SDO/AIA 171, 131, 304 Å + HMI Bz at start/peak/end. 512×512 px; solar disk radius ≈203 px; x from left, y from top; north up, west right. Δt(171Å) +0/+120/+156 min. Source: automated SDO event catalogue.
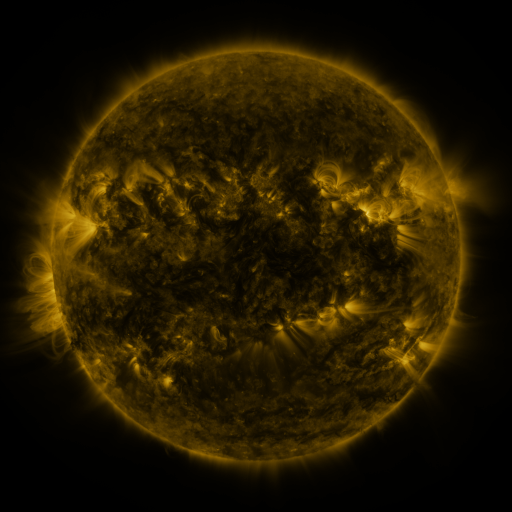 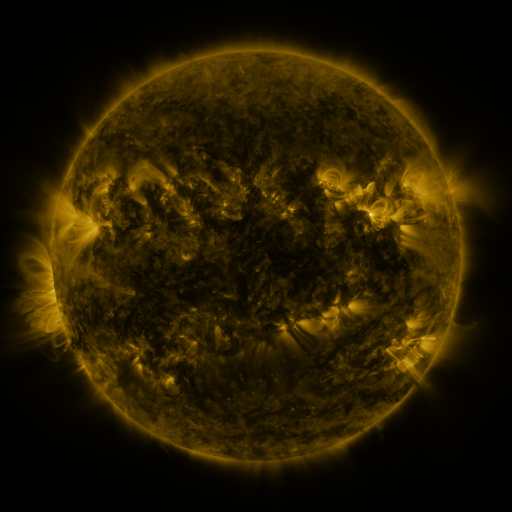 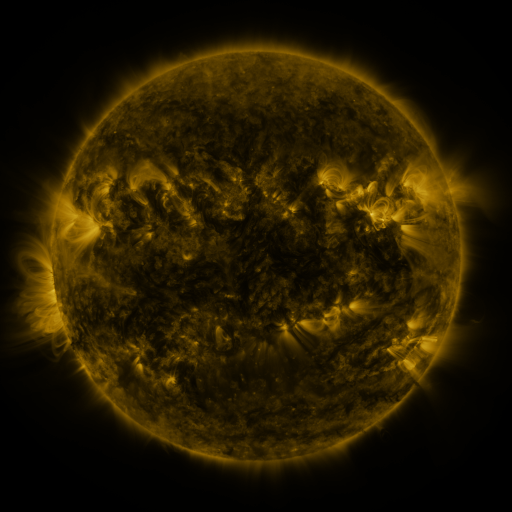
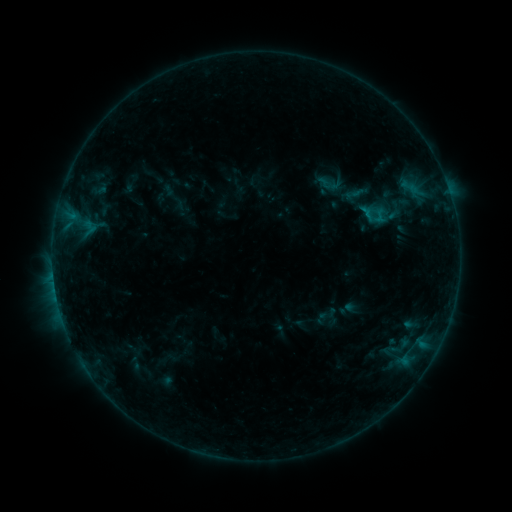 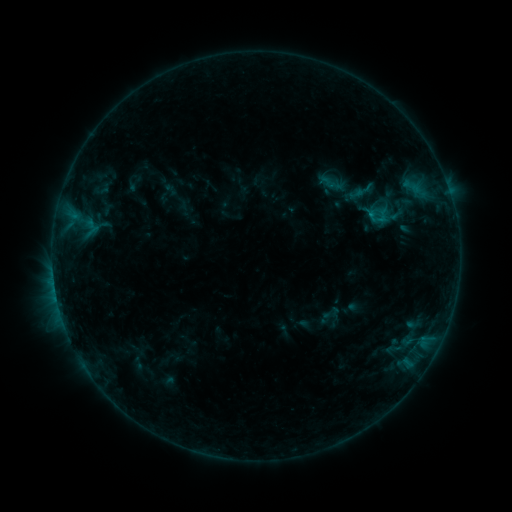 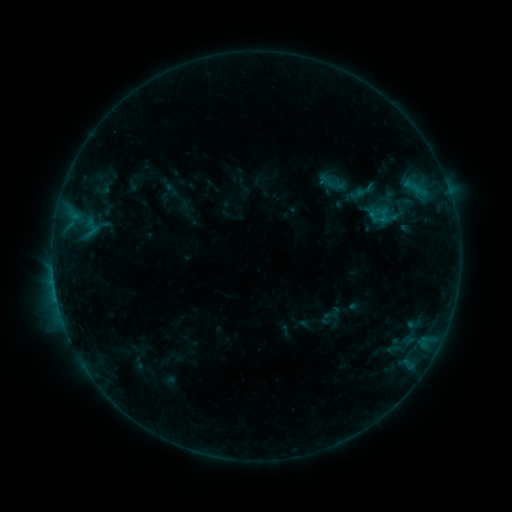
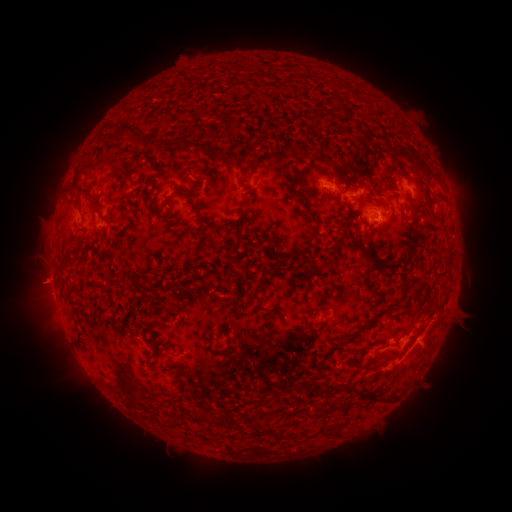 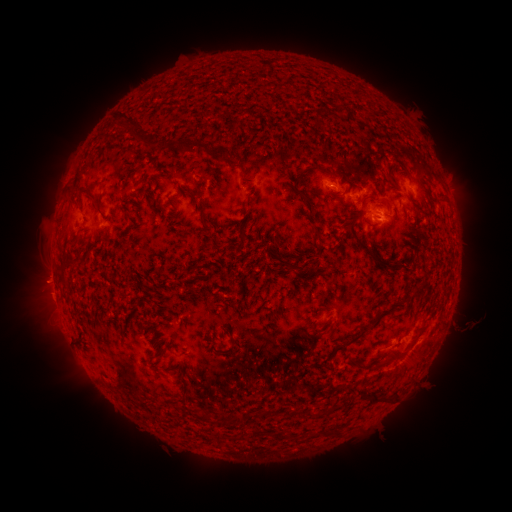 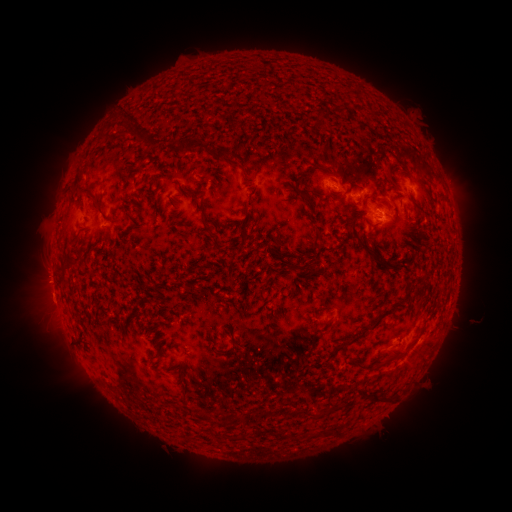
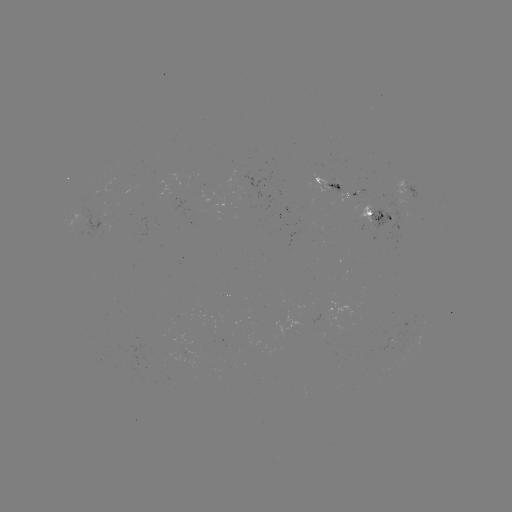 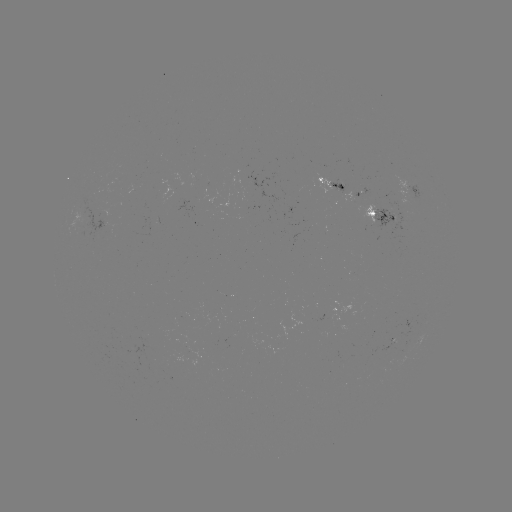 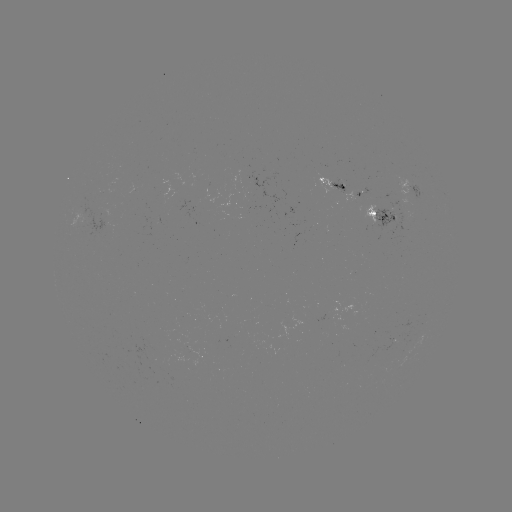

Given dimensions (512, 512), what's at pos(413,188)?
emerging-flux region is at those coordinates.